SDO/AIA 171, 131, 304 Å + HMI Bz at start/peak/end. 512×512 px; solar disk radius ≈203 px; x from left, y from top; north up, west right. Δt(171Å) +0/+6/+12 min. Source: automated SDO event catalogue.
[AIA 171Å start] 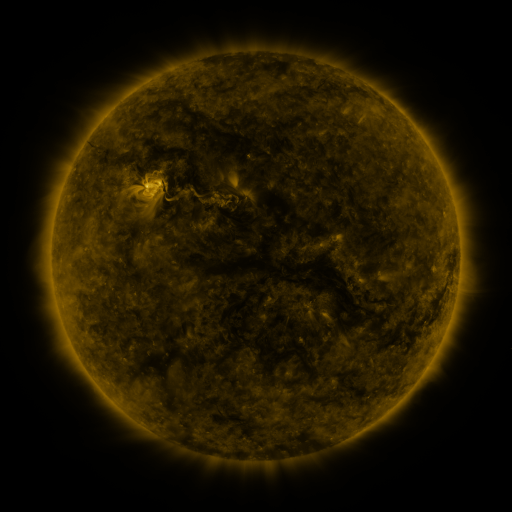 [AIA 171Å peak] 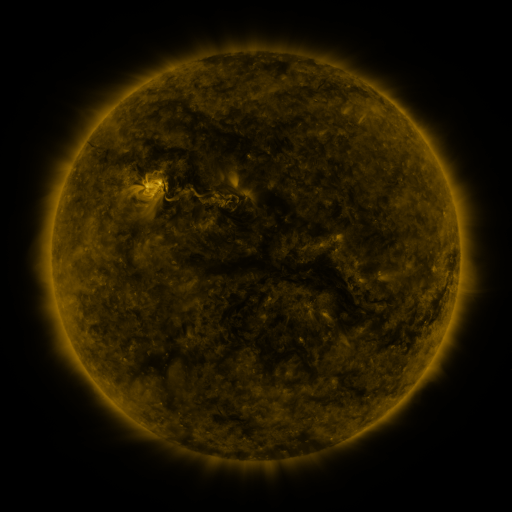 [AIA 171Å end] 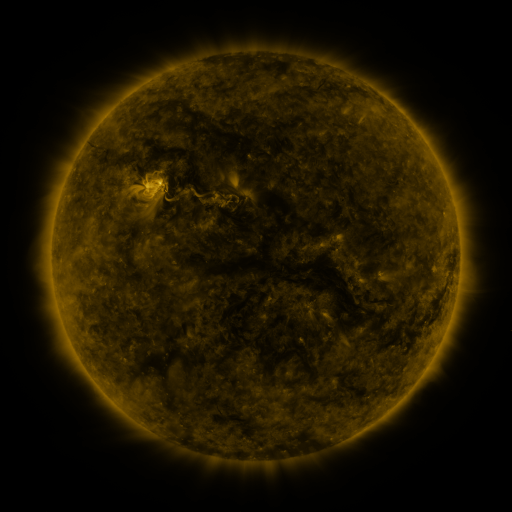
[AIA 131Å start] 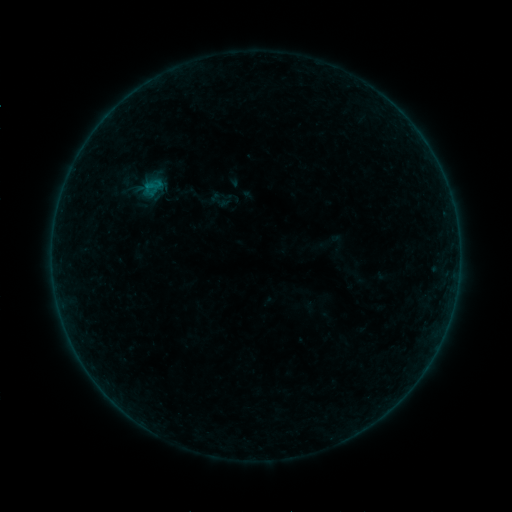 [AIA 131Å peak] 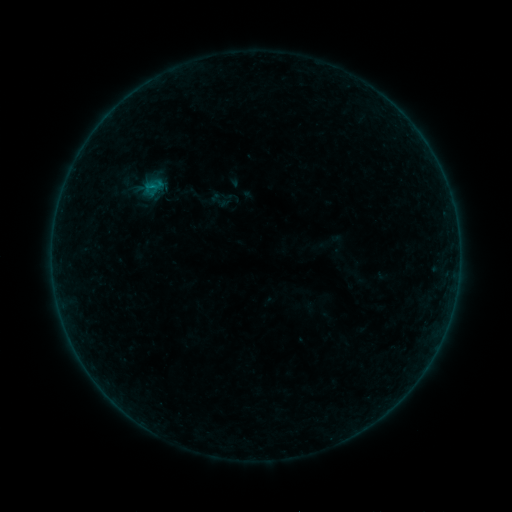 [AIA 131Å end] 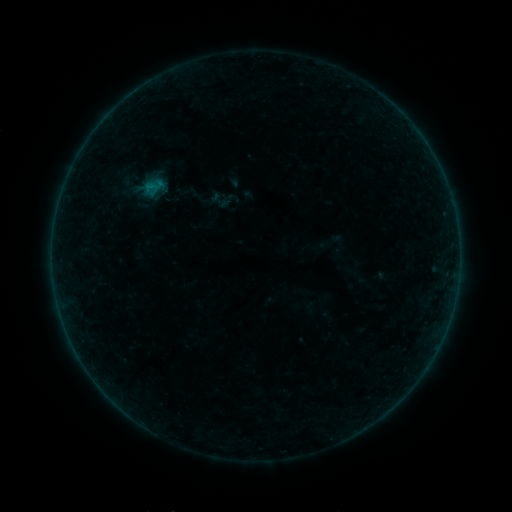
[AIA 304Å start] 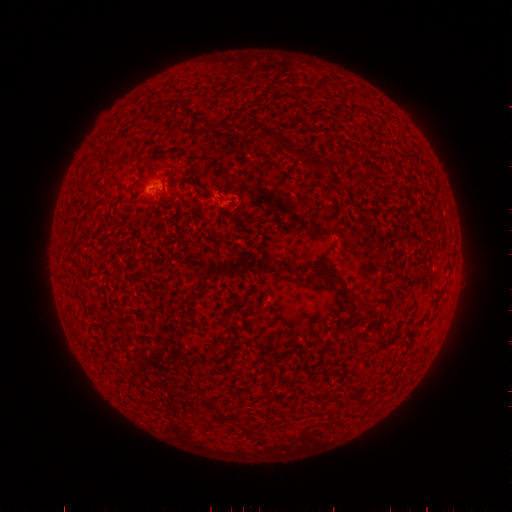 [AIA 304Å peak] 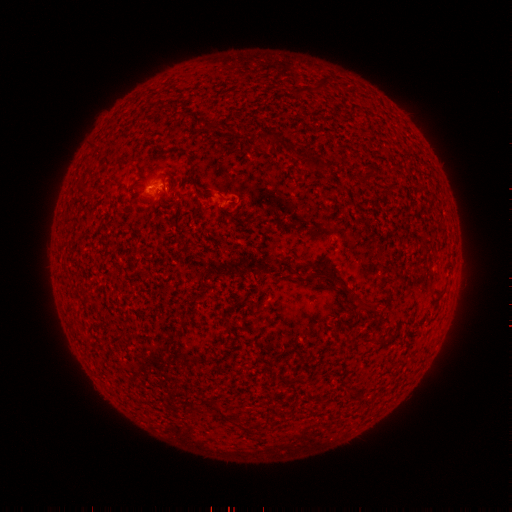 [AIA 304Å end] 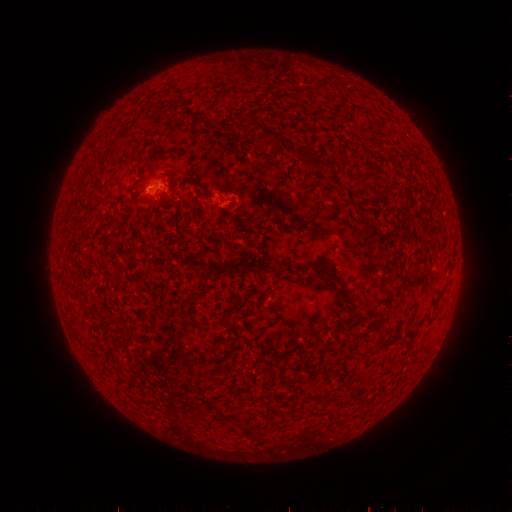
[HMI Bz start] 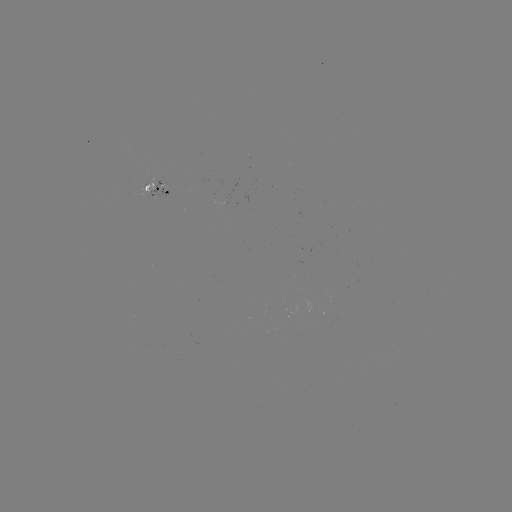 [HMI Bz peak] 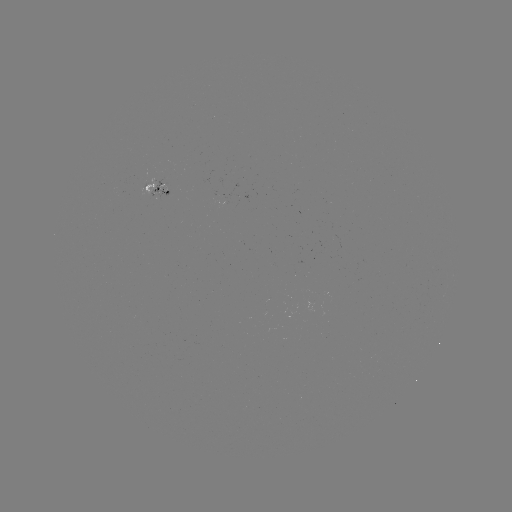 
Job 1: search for B1.2 flare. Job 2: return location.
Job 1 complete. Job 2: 153,187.